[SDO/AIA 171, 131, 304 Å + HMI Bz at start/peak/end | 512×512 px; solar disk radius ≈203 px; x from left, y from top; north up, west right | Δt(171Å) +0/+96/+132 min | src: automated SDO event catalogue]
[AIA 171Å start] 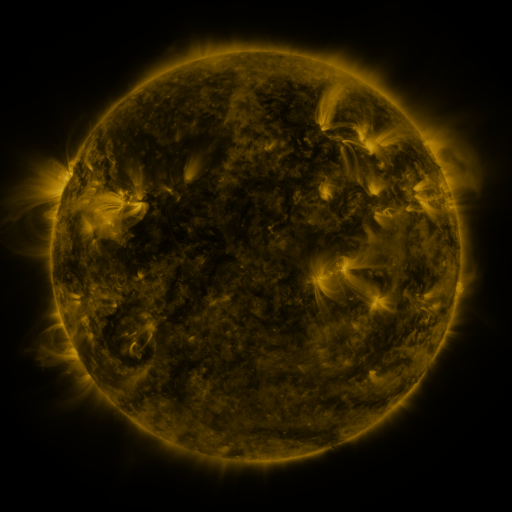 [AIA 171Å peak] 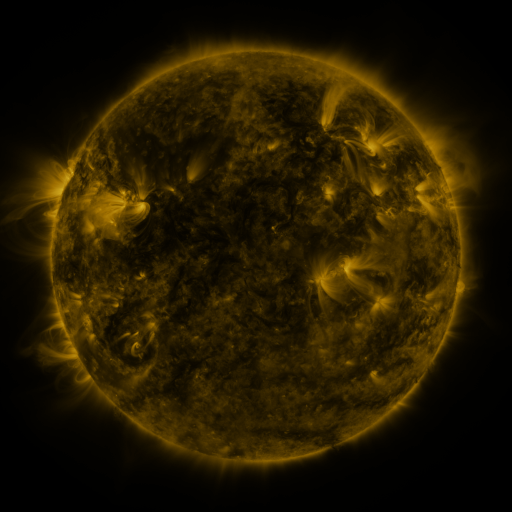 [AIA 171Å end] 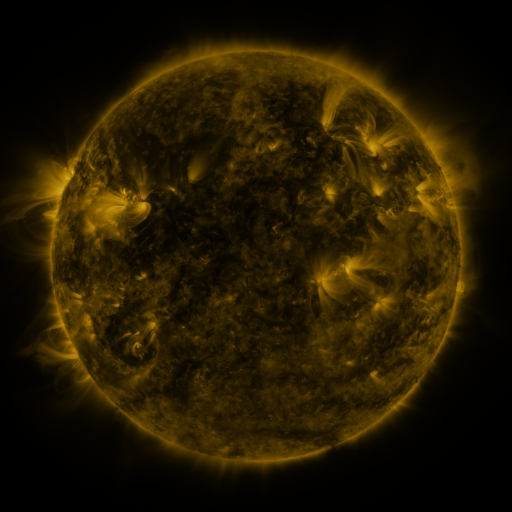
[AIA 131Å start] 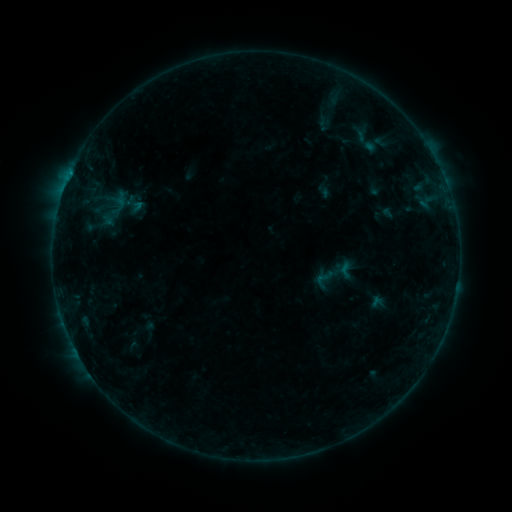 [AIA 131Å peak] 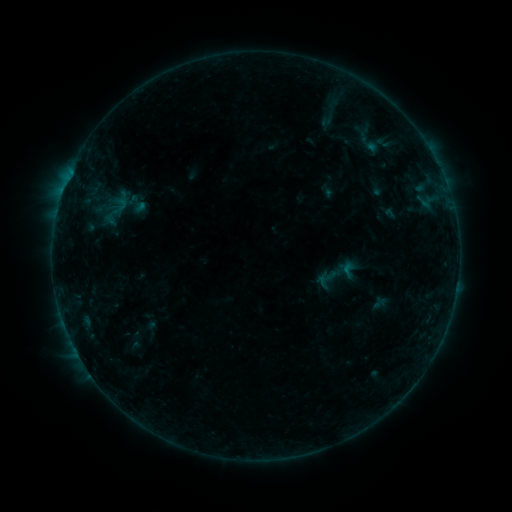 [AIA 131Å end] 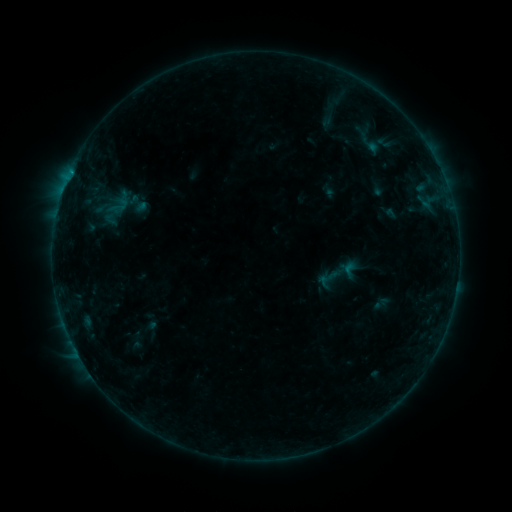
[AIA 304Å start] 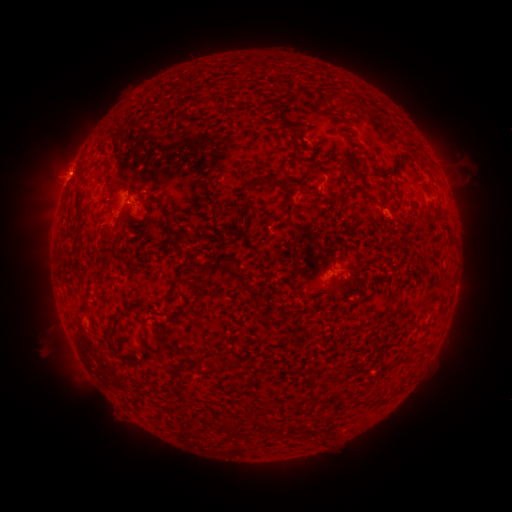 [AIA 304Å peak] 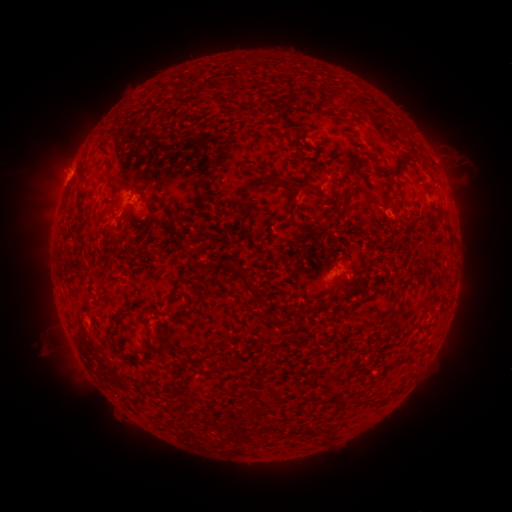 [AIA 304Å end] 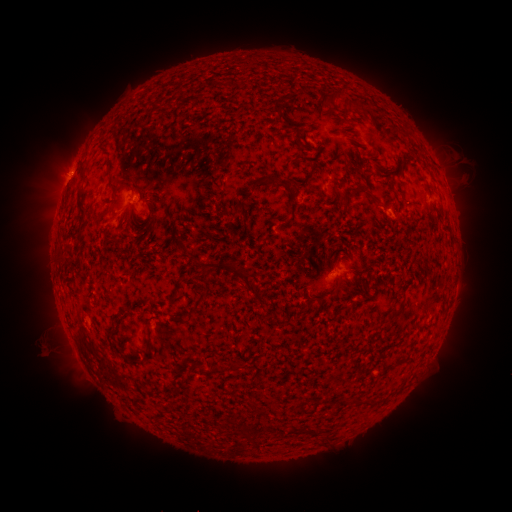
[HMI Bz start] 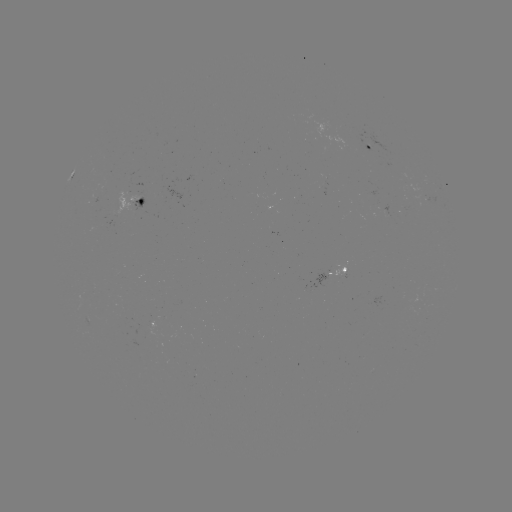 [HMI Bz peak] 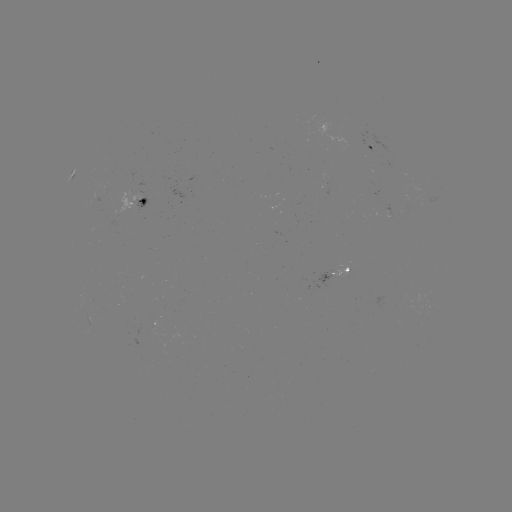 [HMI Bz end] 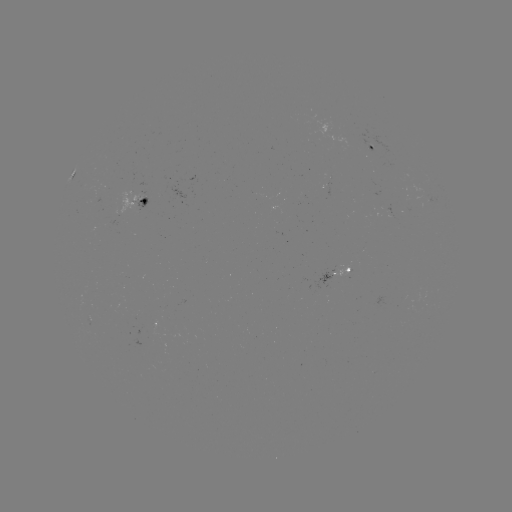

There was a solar emerging-flux region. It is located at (153, 327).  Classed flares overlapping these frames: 1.